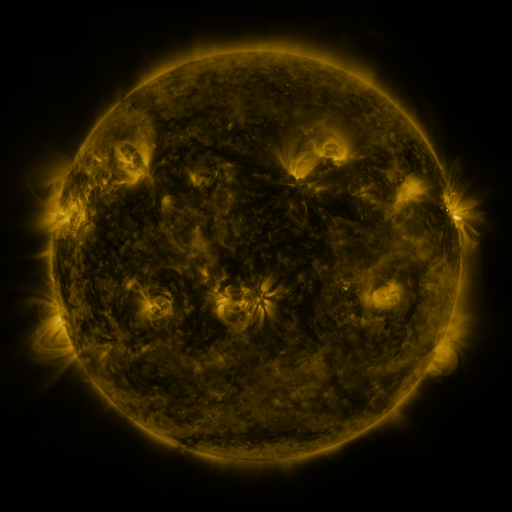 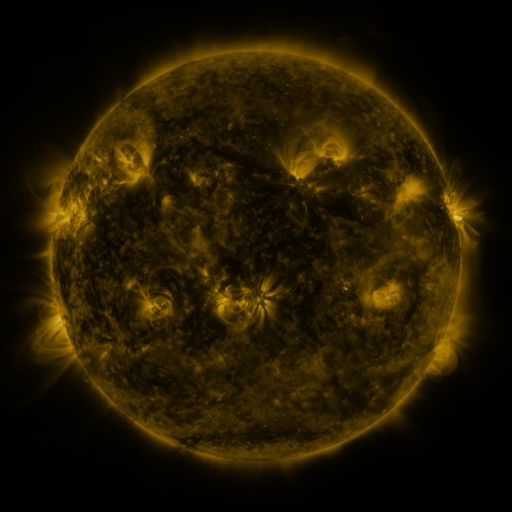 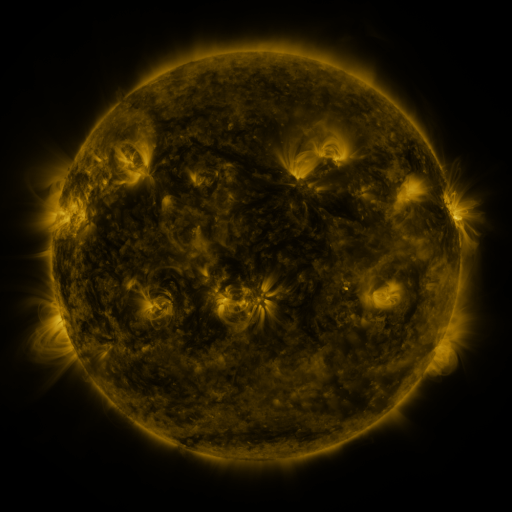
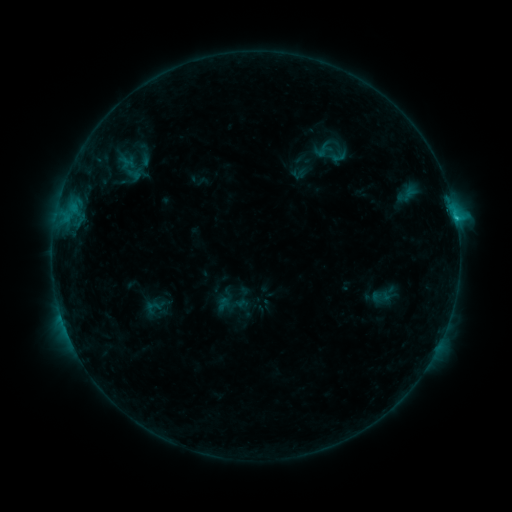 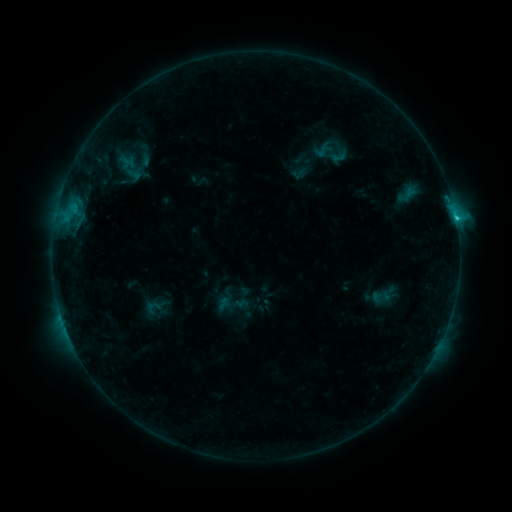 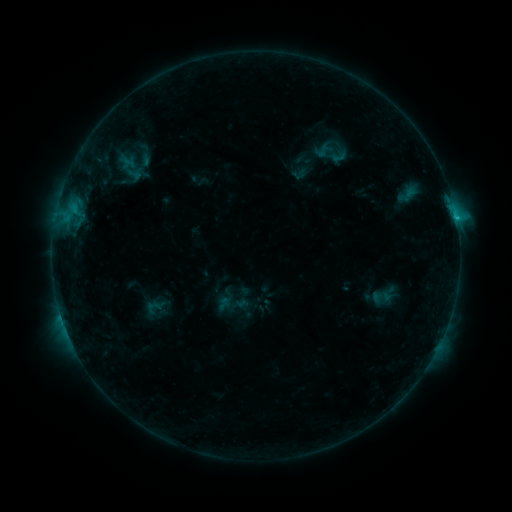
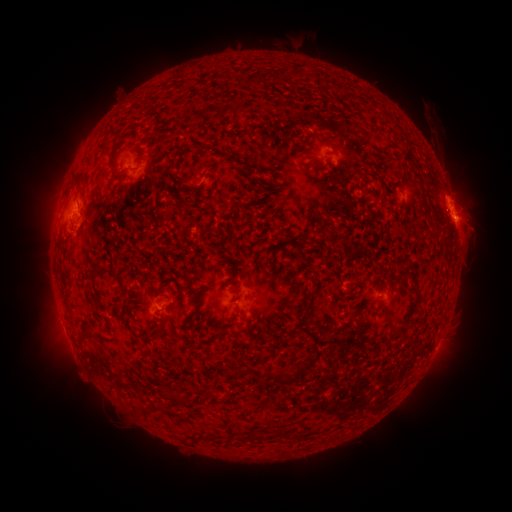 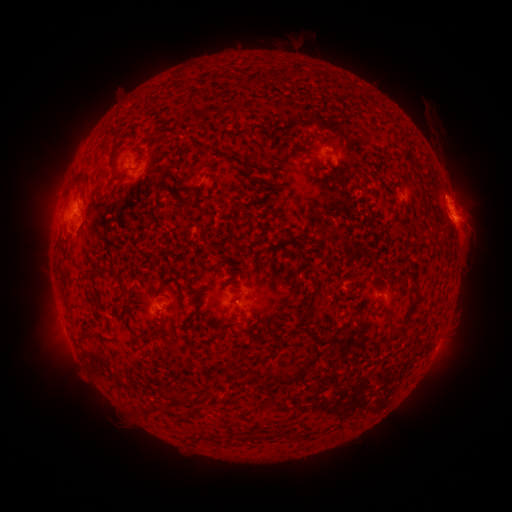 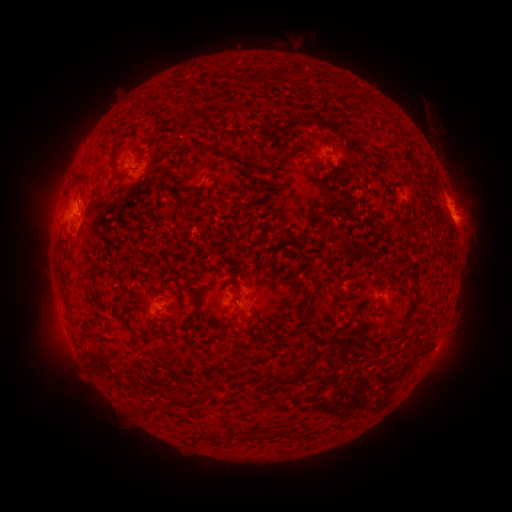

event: eruption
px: (481, 198)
